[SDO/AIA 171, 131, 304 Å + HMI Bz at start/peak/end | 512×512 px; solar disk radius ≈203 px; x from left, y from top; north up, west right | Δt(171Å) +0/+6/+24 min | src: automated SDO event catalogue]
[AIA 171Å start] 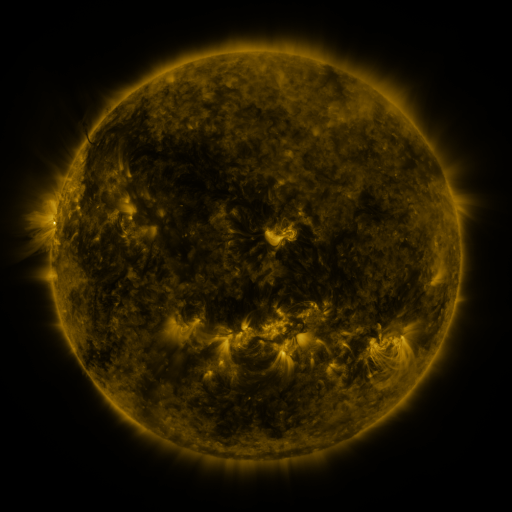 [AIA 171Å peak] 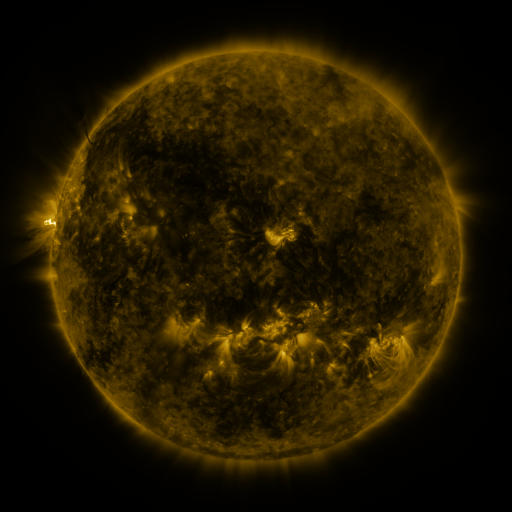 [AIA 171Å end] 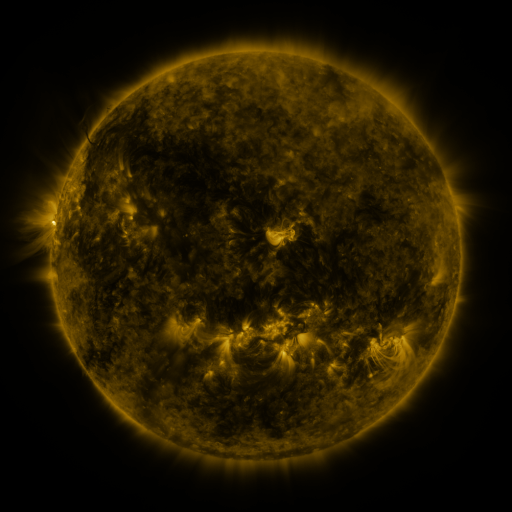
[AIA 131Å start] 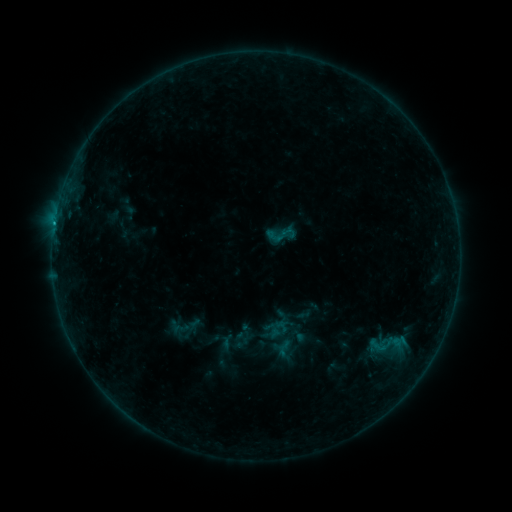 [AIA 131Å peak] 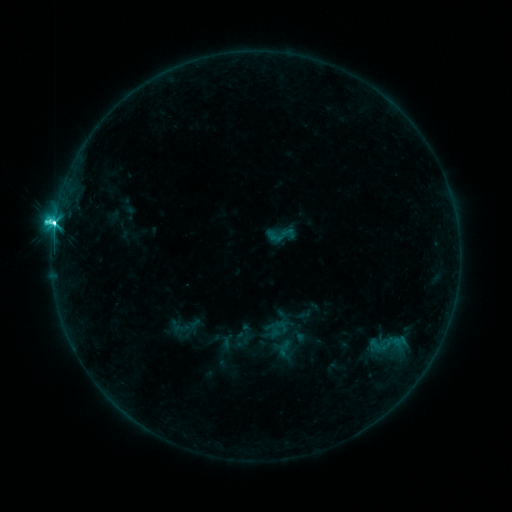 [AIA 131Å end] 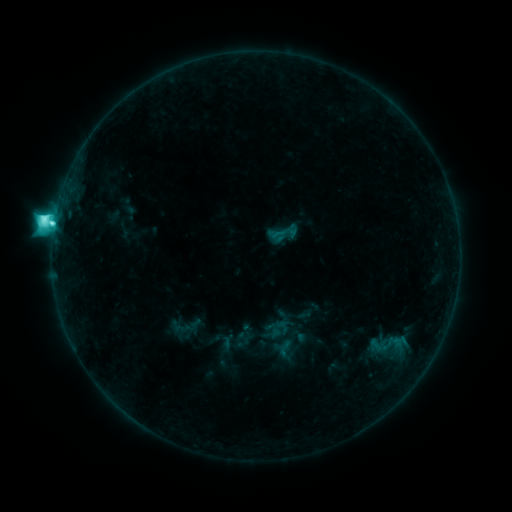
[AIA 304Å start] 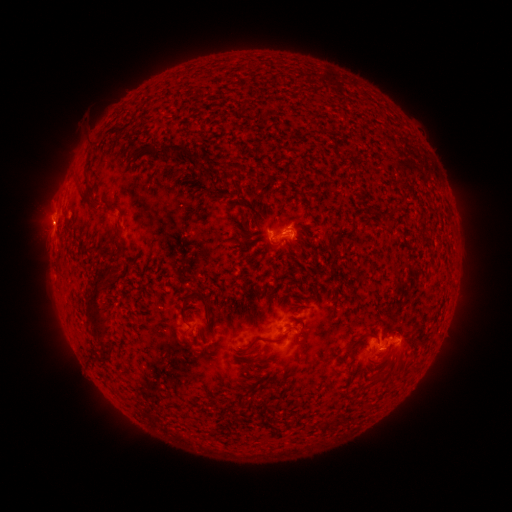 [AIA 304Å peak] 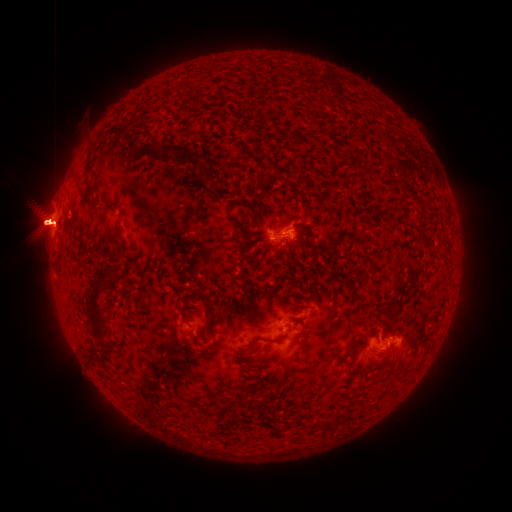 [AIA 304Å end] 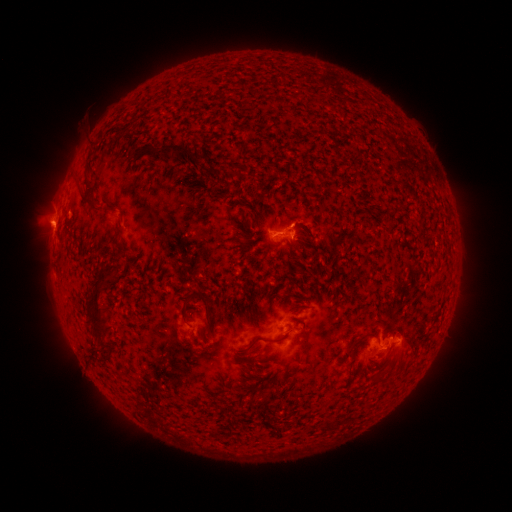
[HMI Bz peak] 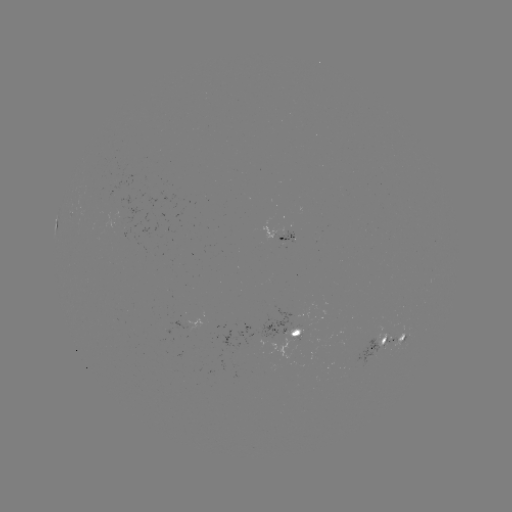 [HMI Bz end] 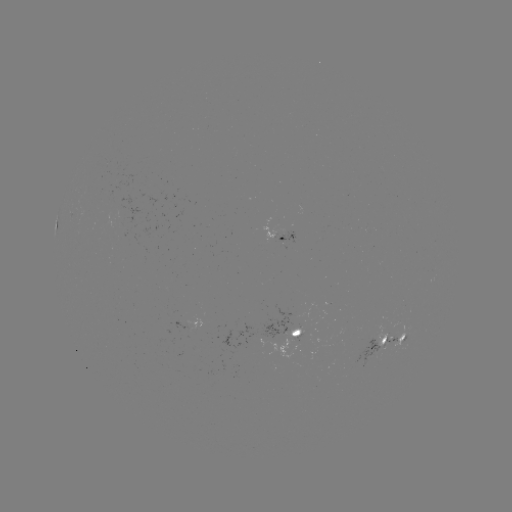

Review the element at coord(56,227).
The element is M1.5 flare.